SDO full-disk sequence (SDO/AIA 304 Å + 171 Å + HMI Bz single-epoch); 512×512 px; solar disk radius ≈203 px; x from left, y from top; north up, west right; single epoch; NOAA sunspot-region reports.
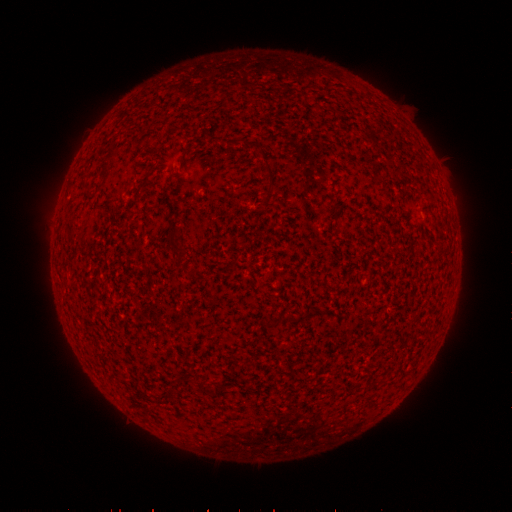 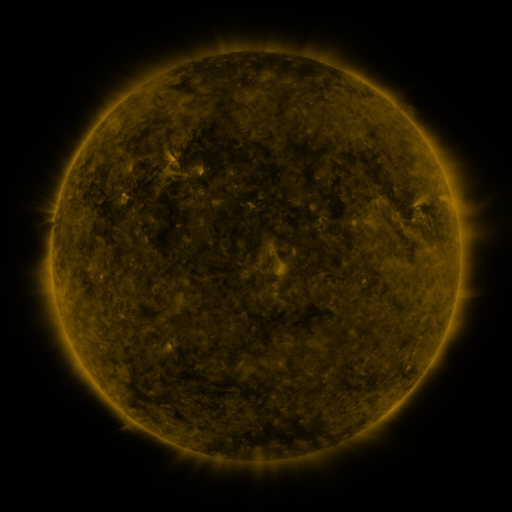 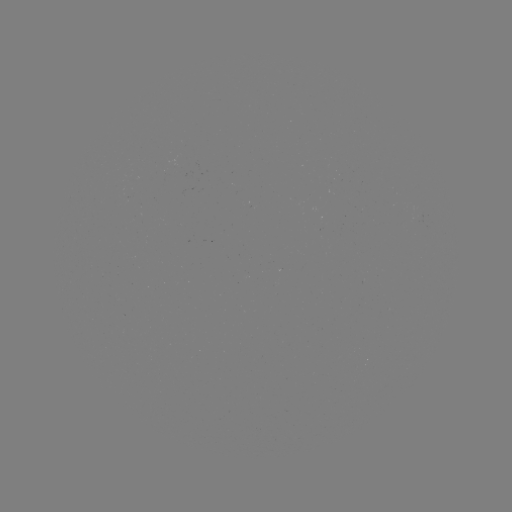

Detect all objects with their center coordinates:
(none)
